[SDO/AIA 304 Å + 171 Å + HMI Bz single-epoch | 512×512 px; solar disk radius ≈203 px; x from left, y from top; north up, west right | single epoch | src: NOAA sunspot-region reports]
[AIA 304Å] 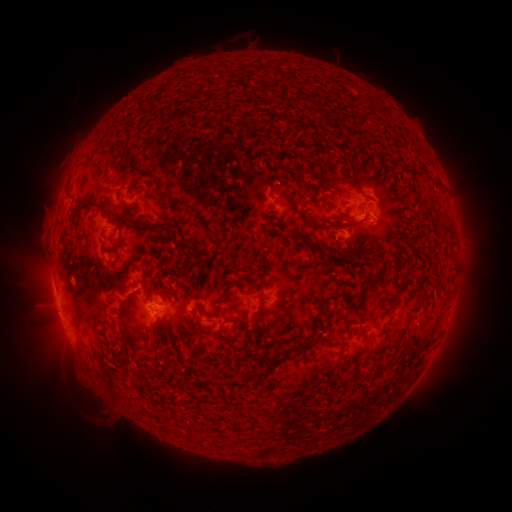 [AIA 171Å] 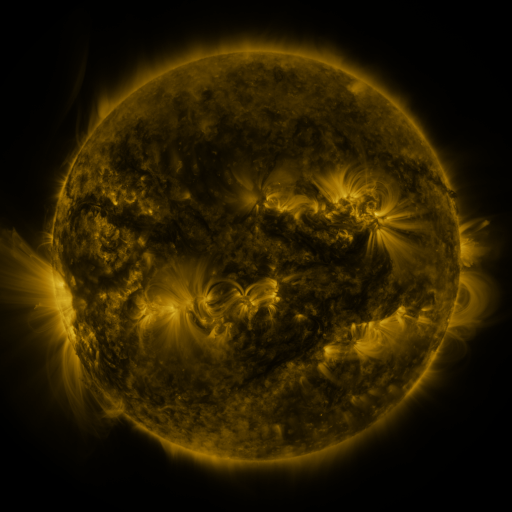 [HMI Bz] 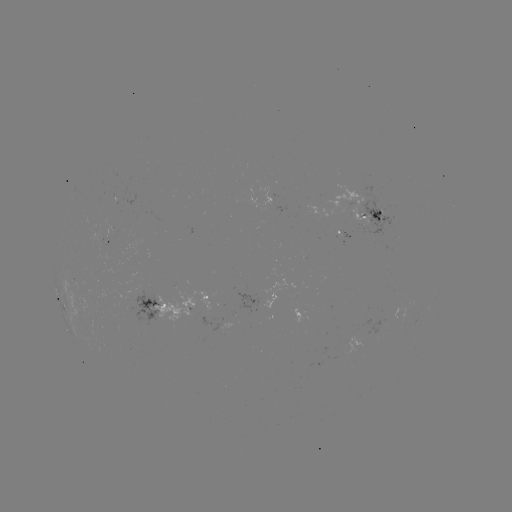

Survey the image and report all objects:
spotted active region: (368, 212)
spotted active region: (200, 294)
spotted active region: (66, 304)
spotted active region: (158, 304)
